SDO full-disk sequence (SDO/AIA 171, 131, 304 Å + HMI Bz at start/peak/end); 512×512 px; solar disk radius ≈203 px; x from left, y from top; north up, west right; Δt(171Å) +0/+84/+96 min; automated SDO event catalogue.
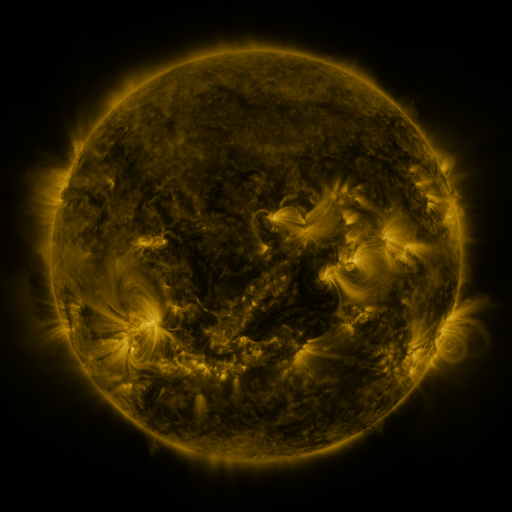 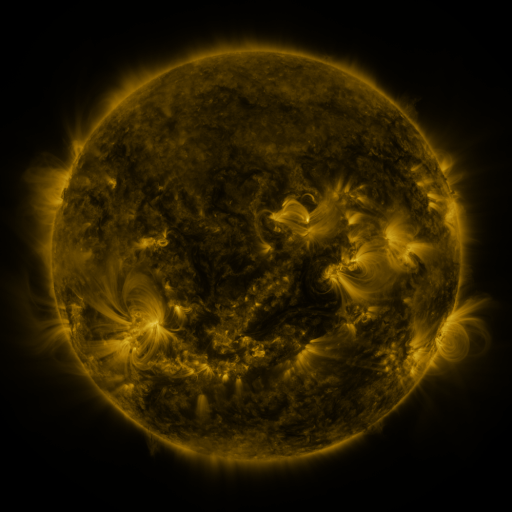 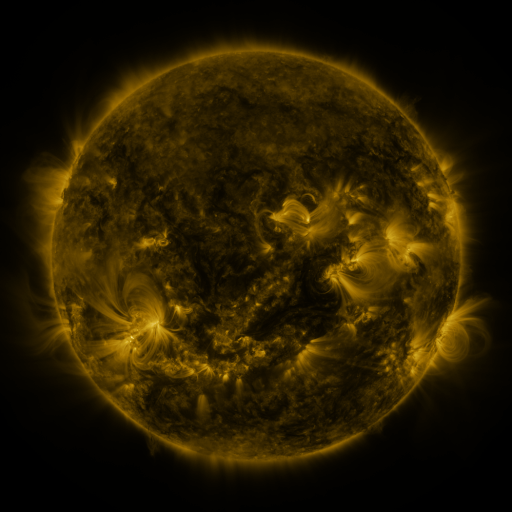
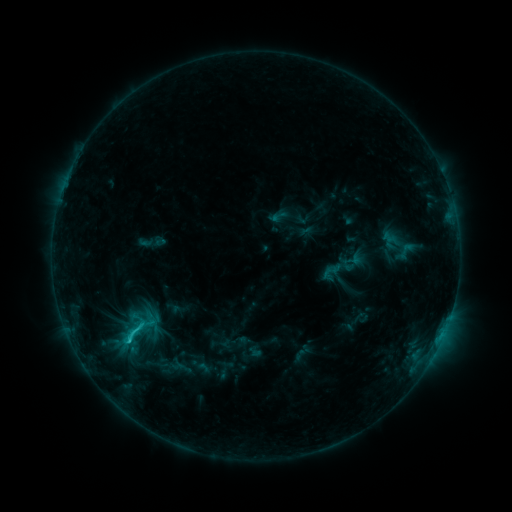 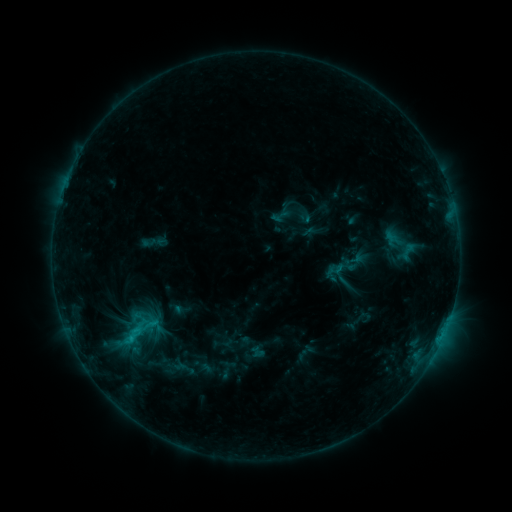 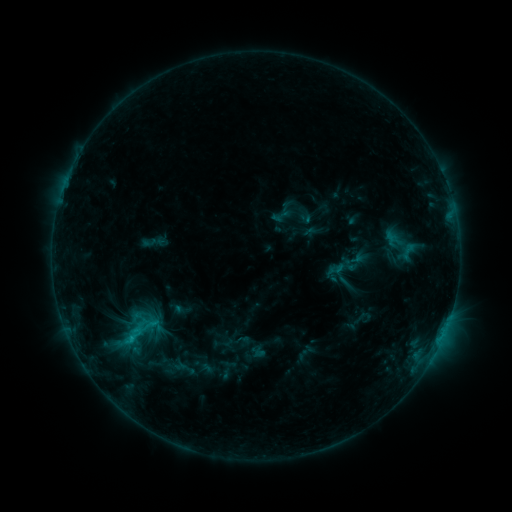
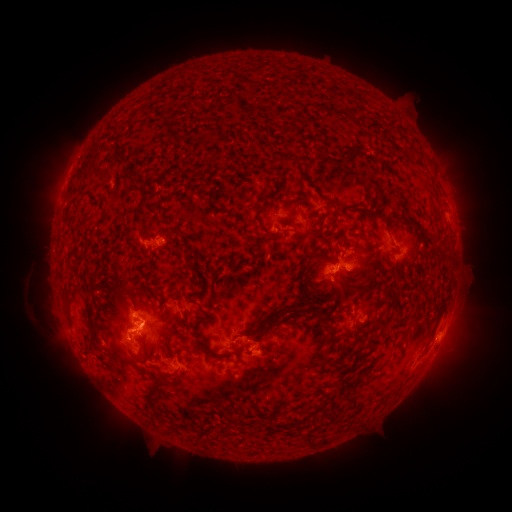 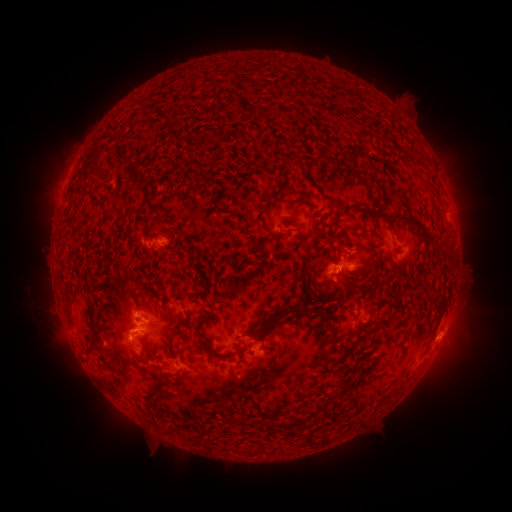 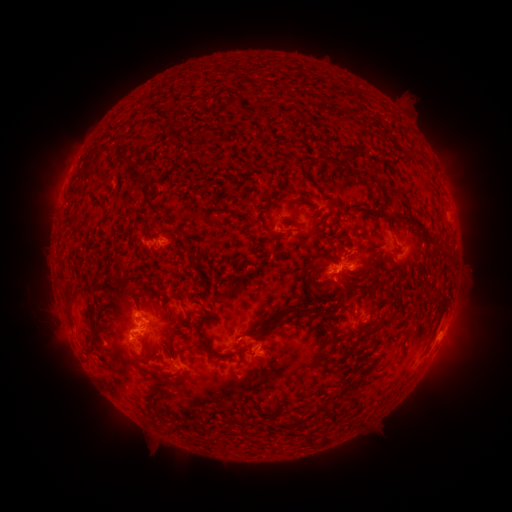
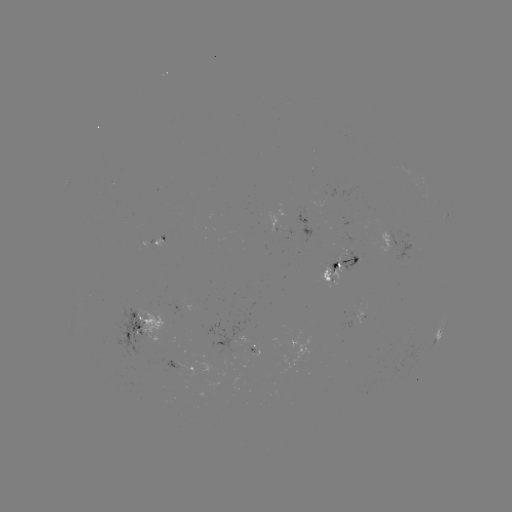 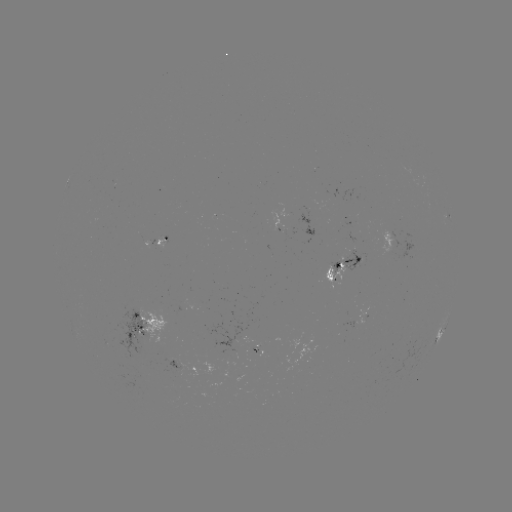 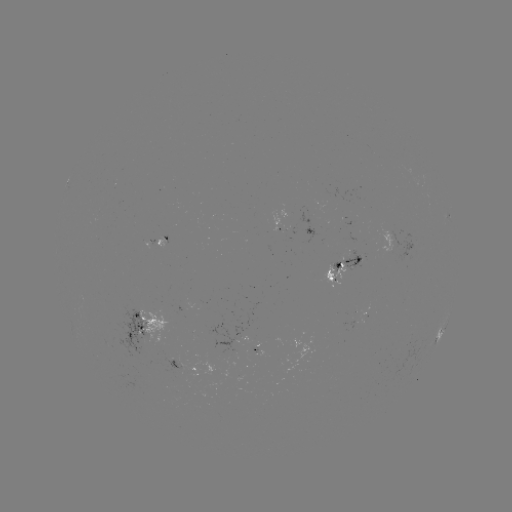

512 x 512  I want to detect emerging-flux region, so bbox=[249, 347, 257, 361].